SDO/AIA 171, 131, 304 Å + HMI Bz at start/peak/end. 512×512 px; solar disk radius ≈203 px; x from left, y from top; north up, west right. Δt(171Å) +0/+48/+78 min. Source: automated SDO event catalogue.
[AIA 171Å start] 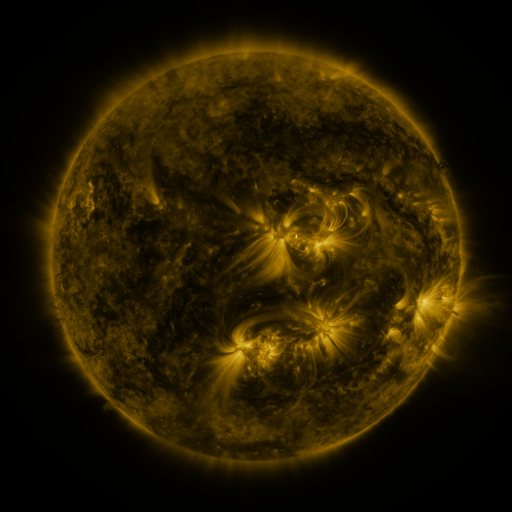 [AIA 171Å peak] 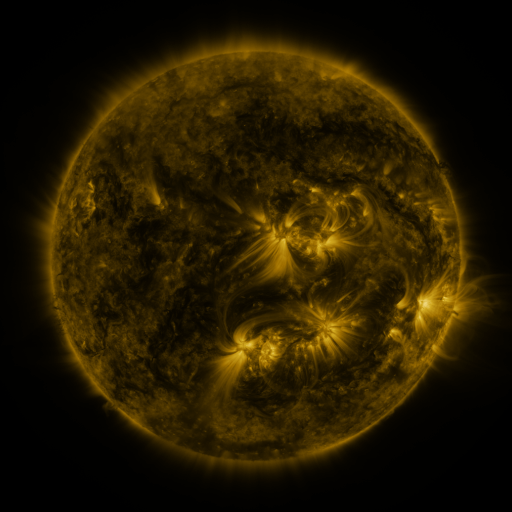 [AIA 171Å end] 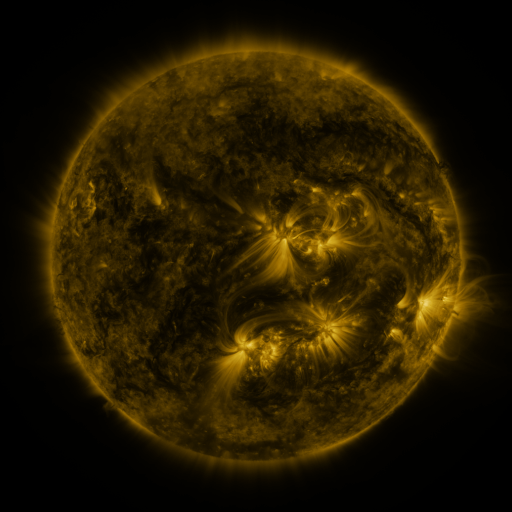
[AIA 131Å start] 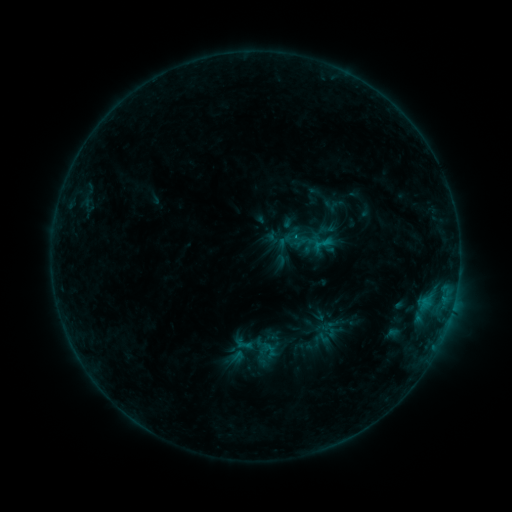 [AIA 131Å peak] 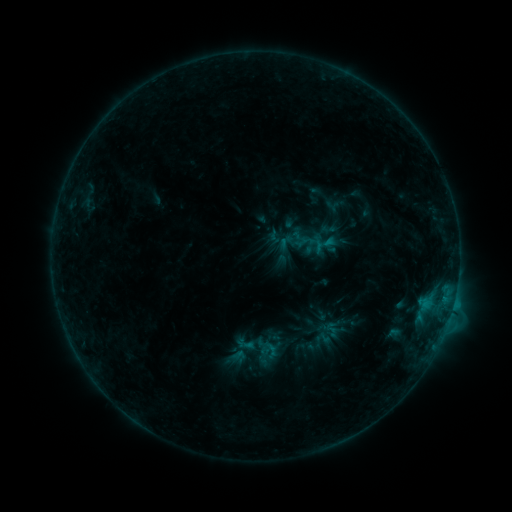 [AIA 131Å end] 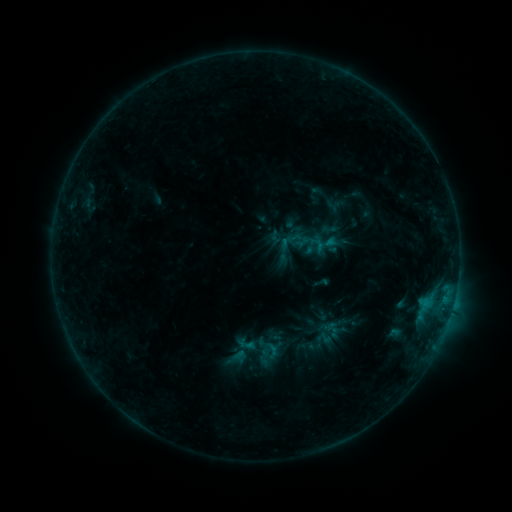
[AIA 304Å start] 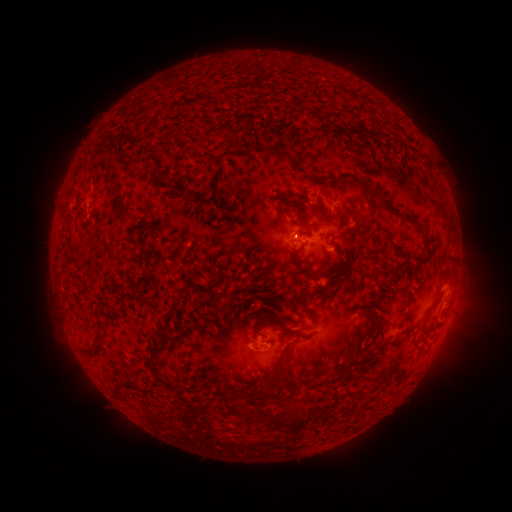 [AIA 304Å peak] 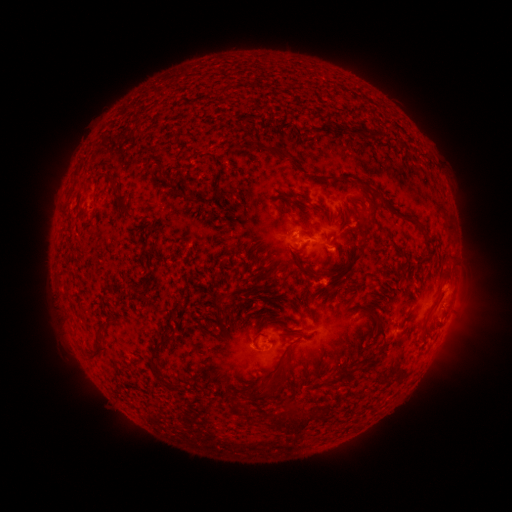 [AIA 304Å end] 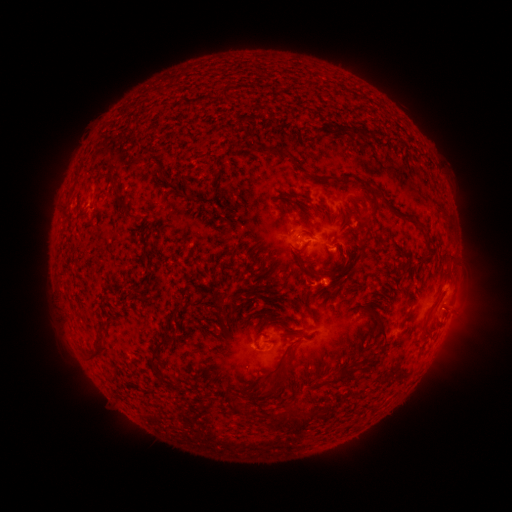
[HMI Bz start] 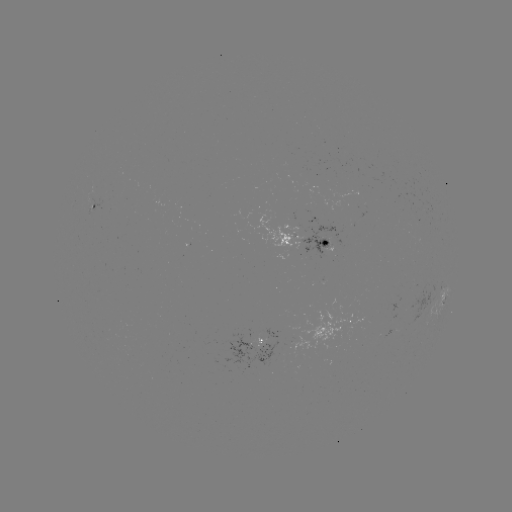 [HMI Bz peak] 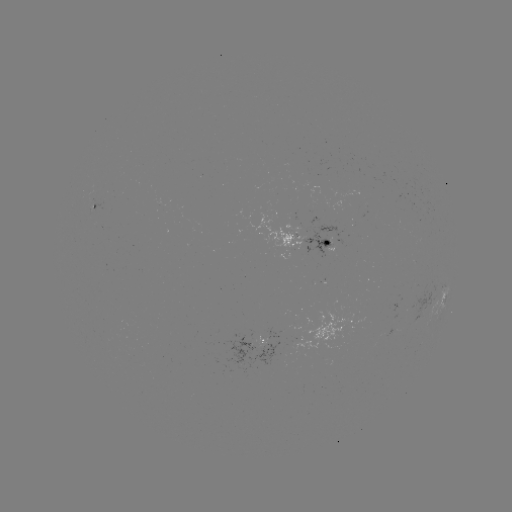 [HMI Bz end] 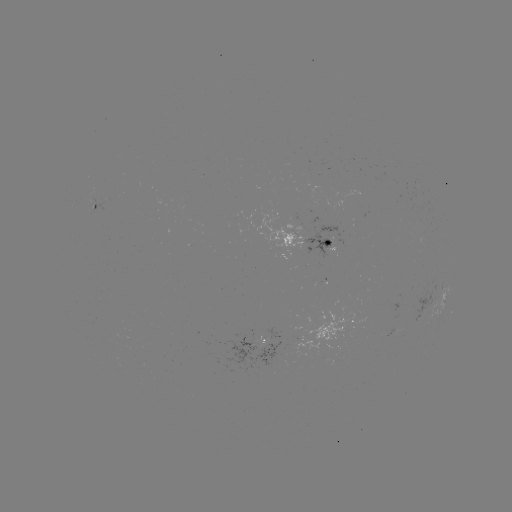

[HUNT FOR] C1.0 flare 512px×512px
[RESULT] [418, 301]